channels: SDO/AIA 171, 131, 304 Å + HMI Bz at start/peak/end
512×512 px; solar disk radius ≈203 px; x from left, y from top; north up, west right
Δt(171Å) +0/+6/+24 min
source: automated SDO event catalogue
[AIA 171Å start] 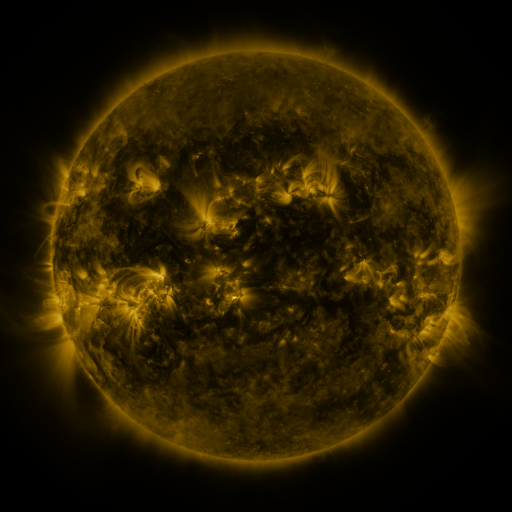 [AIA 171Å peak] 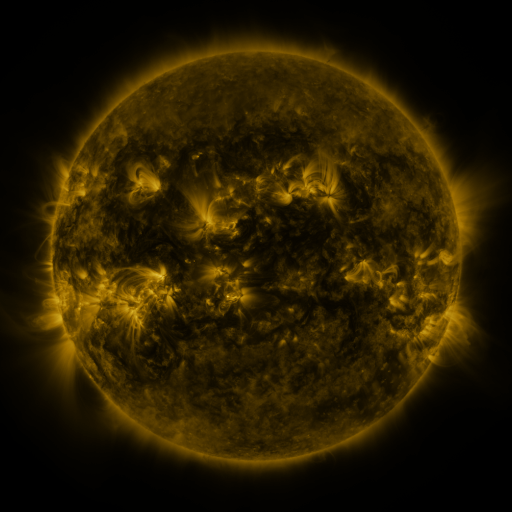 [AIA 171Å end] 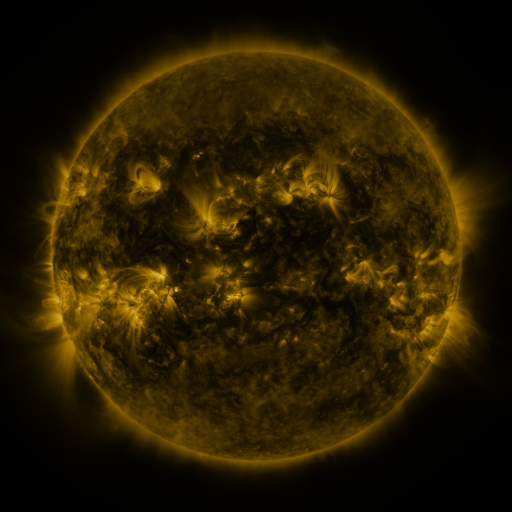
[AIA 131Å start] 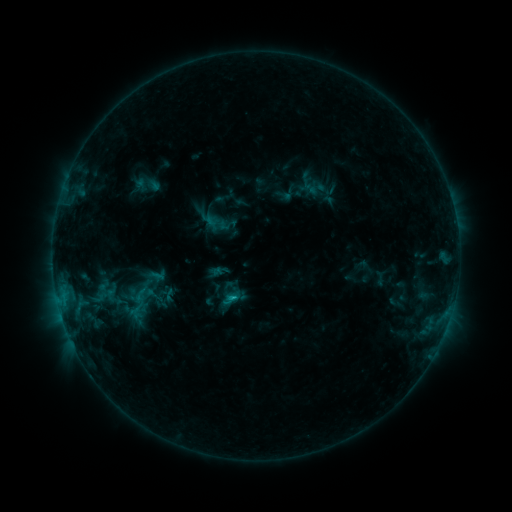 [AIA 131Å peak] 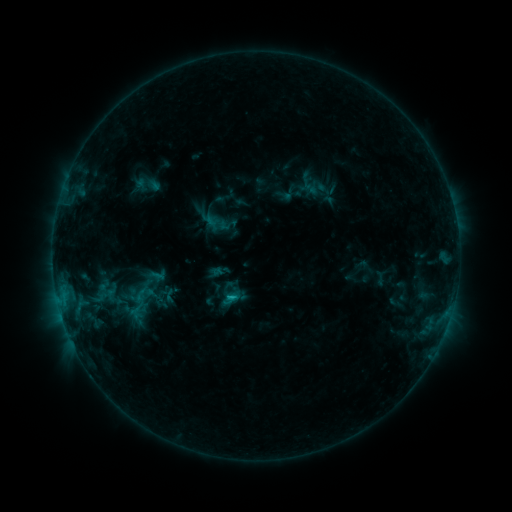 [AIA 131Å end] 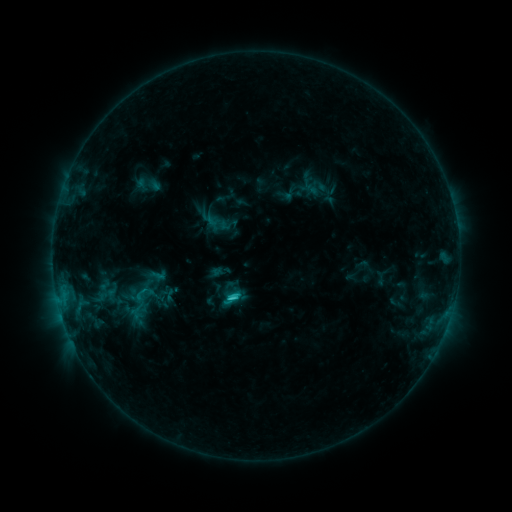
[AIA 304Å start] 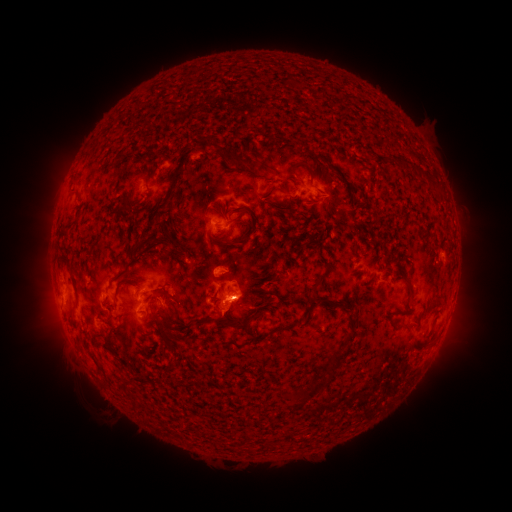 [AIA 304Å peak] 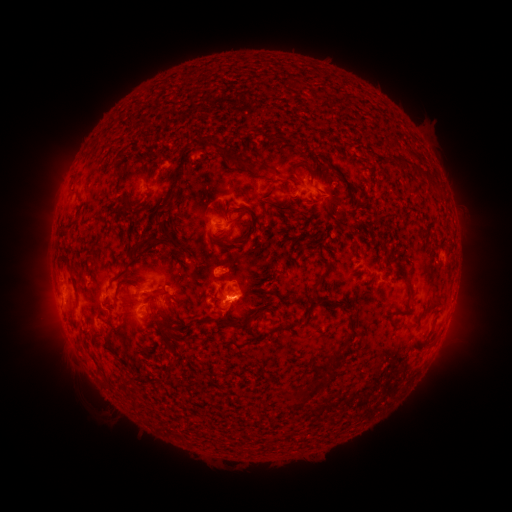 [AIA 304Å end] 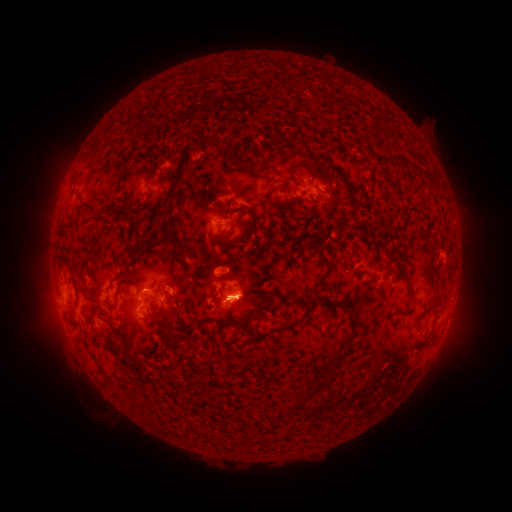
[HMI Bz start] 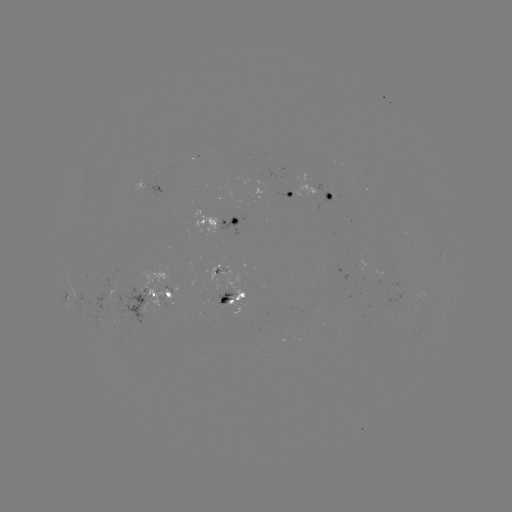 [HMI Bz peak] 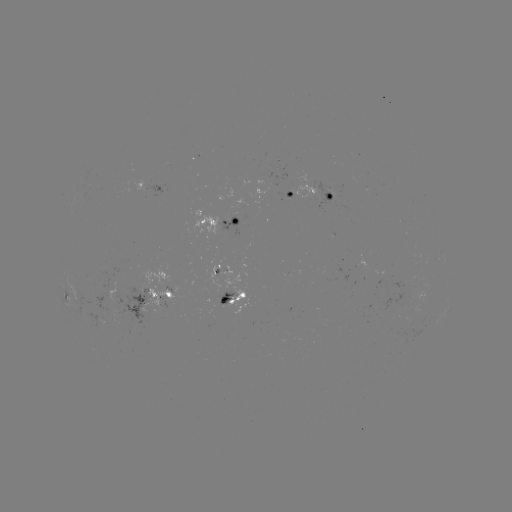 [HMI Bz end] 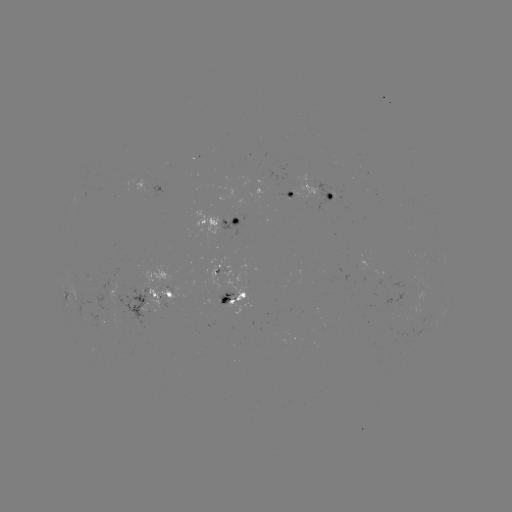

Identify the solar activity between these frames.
C4.4 flare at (232, 296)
